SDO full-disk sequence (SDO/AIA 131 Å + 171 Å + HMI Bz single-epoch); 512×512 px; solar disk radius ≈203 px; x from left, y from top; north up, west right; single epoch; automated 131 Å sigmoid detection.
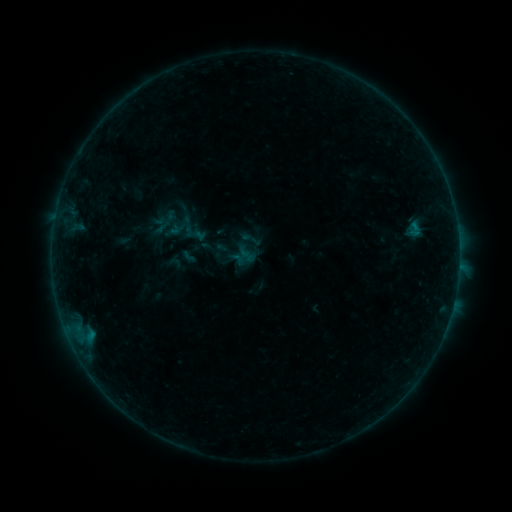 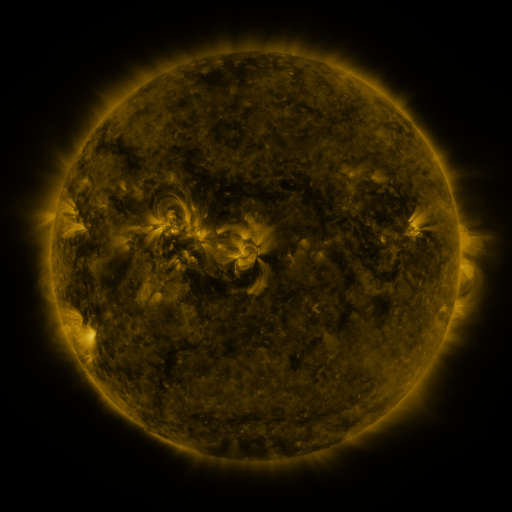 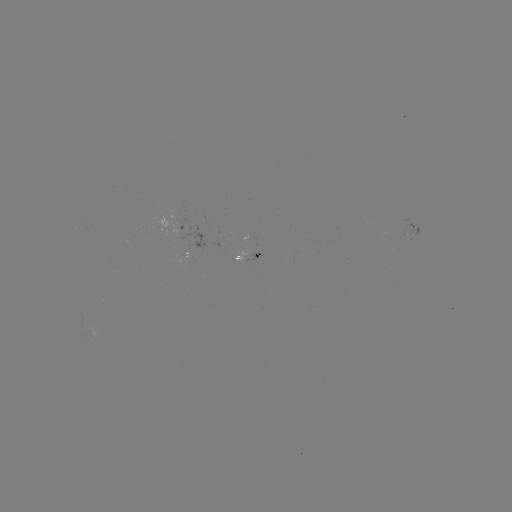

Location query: sigmoid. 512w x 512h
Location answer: [214, 251].